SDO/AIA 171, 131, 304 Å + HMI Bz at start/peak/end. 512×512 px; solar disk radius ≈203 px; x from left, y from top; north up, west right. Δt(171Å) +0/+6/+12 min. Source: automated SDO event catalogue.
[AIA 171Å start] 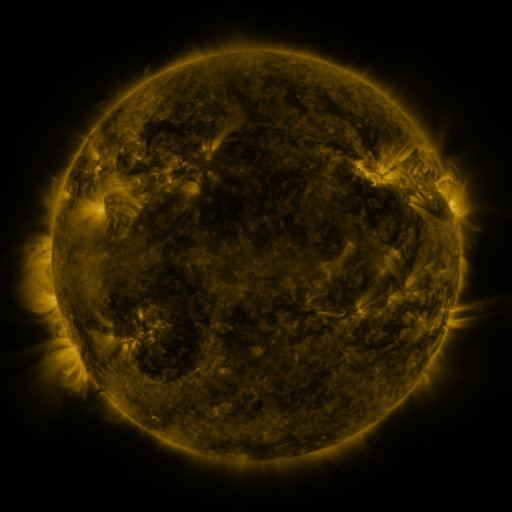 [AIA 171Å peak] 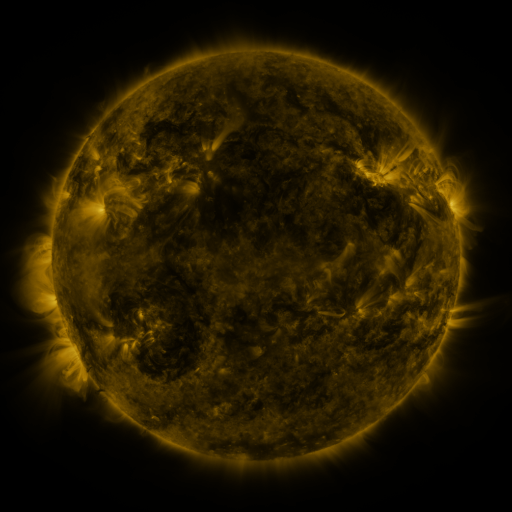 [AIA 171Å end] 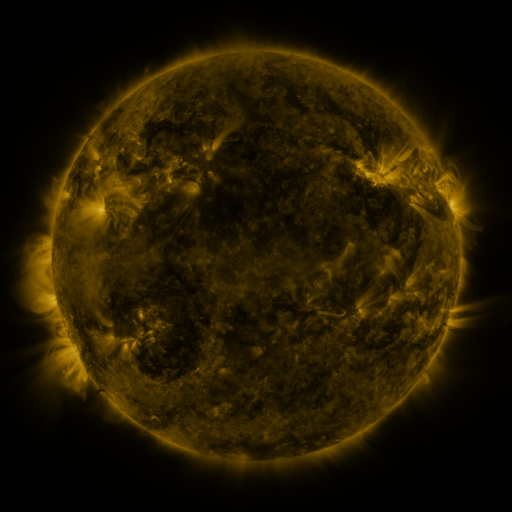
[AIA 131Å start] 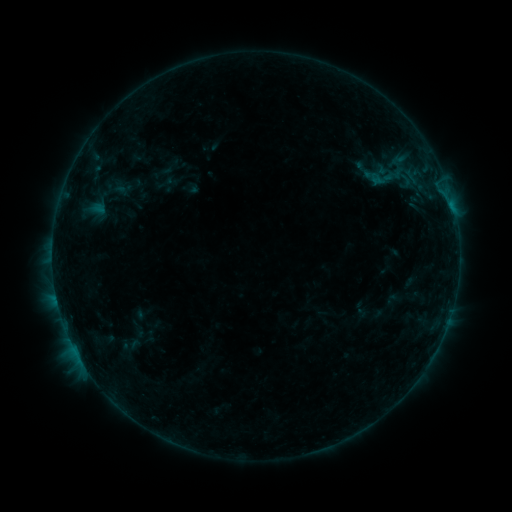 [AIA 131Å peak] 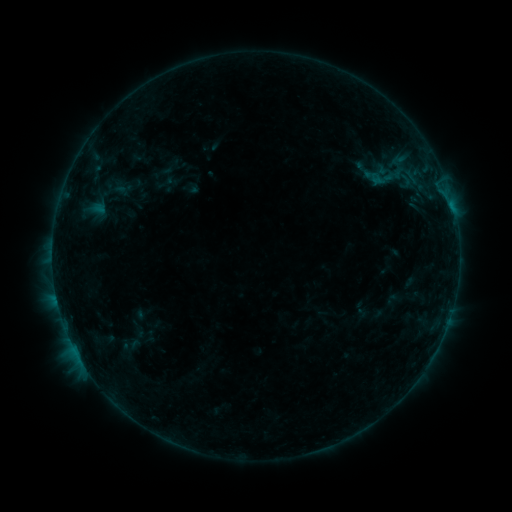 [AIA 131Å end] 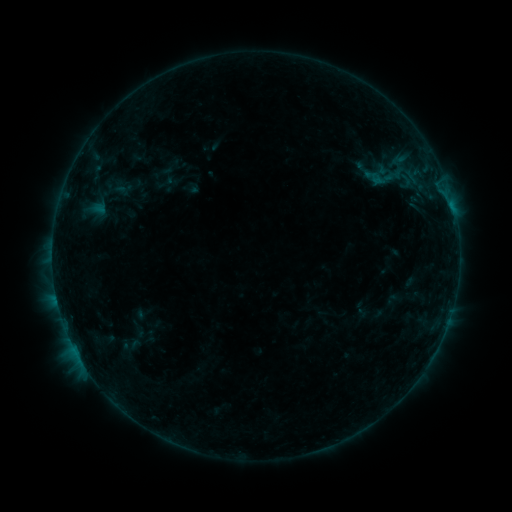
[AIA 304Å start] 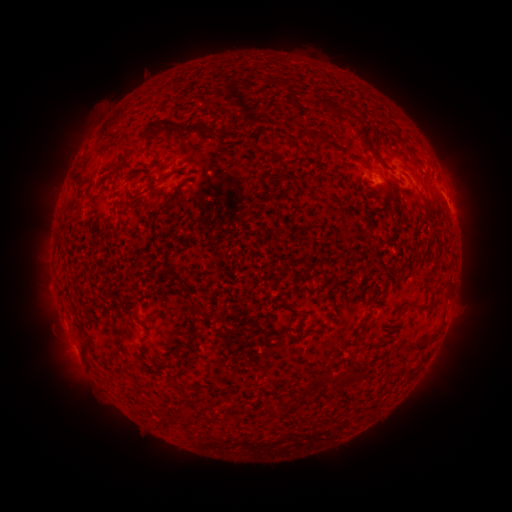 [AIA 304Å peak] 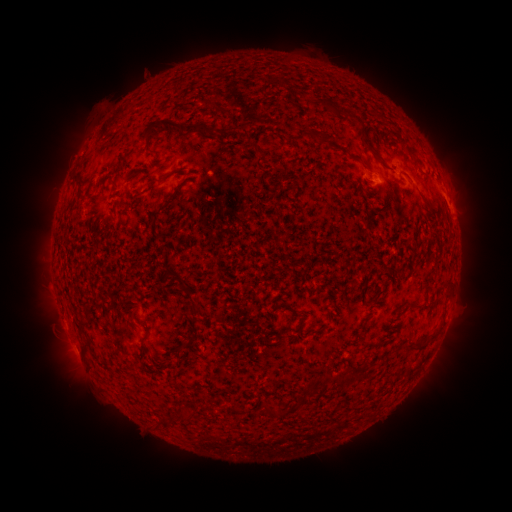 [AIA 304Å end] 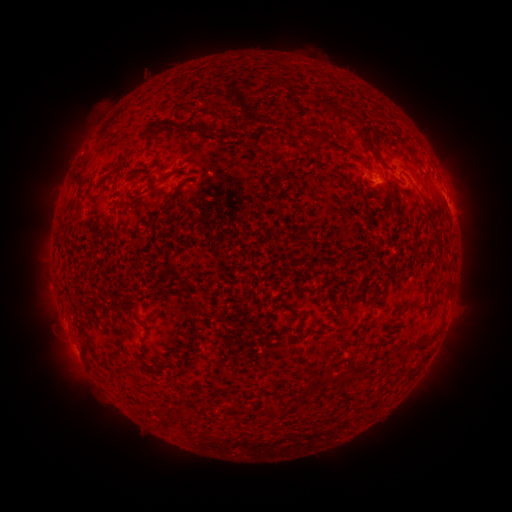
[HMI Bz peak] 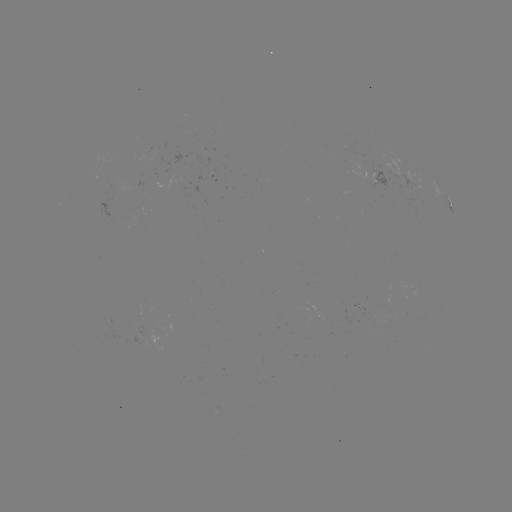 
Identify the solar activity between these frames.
no flare in any classed list; no EUV-trigger detection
